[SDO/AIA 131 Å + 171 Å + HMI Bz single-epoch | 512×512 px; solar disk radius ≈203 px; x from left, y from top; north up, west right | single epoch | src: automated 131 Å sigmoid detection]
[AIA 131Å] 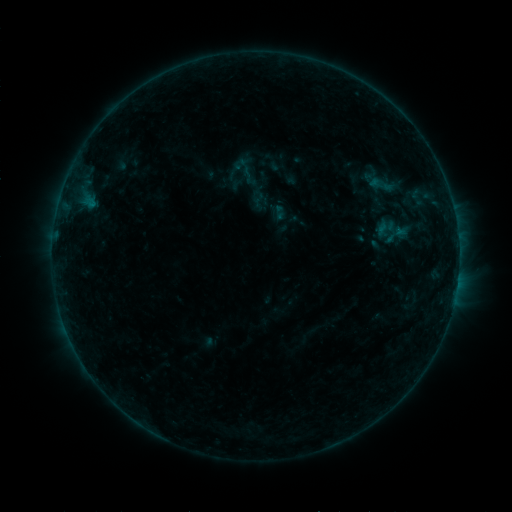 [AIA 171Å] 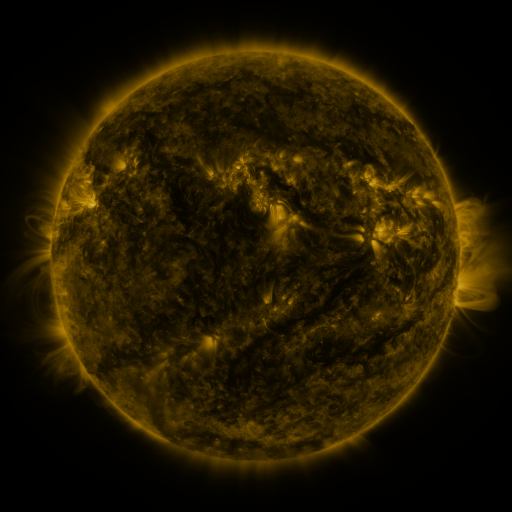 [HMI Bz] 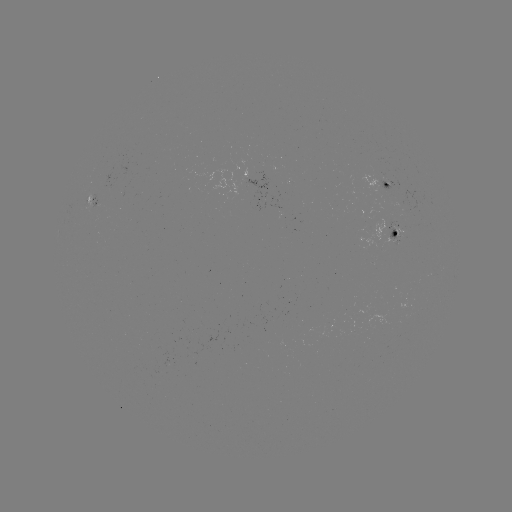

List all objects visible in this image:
sigmoid: (244, 171)
sigmoid: (398, 235)
